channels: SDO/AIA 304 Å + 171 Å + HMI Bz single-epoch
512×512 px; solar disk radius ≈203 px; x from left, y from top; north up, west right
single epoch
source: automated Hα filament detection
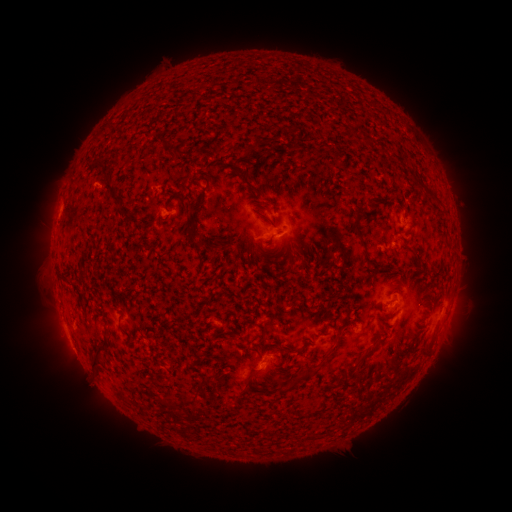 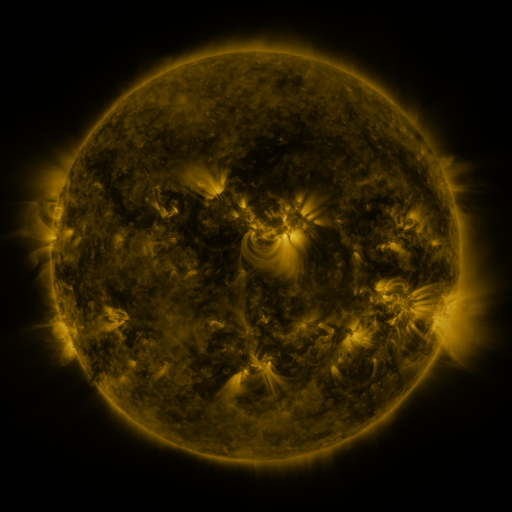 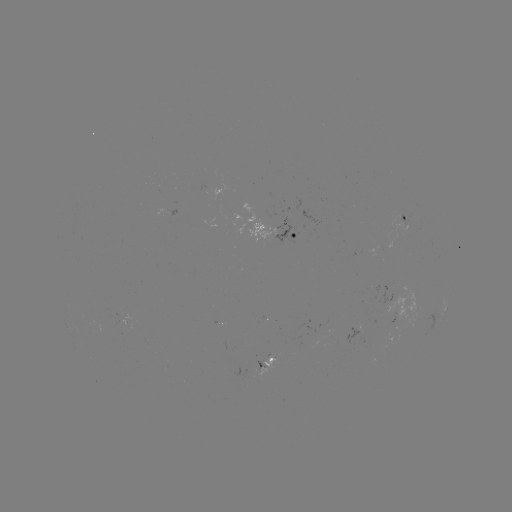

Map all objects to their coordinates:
filament: (281, 124, 296, 139)
filament: (346, 124, 357, 135)
filament: (104, 182, 120, 205)
filament: (192, 195, 204, 212)
filament: (182, 202, 207, 251)
filament: (349, 205, 365, 246)
filament: (218, 245, 228, 255)
filament: (61, 276, 72, 285)
filament: (385, 308, 397, 318)
filament: (263, 323, 271, 339)
filament: (92, 339, 110, 374)
filament: (347, 342, 378, 372)
filament: (421, 346, 431, 353)
filament: (245, 366, 263, 390)
filament: (284, 380, 296, 390)
filament: (187, 396, 200, 405)
